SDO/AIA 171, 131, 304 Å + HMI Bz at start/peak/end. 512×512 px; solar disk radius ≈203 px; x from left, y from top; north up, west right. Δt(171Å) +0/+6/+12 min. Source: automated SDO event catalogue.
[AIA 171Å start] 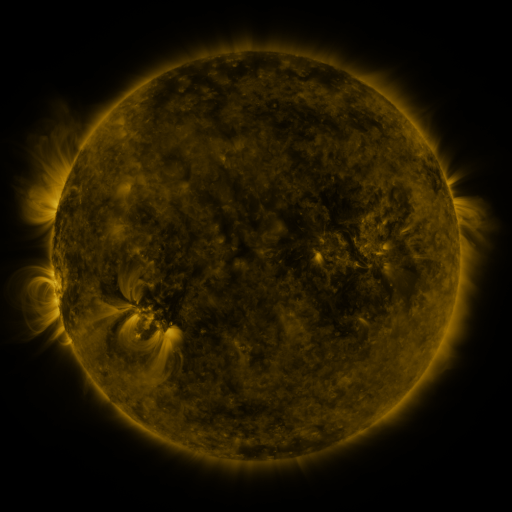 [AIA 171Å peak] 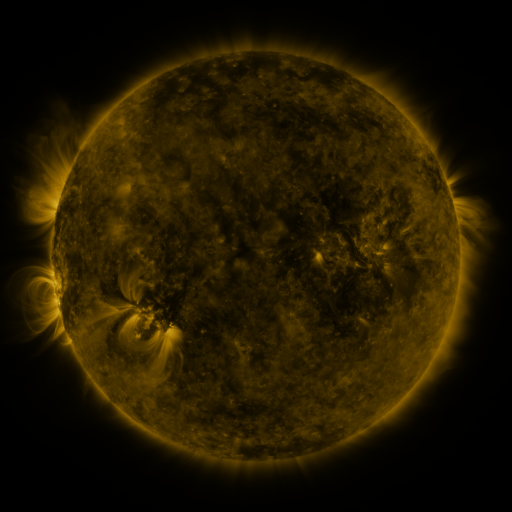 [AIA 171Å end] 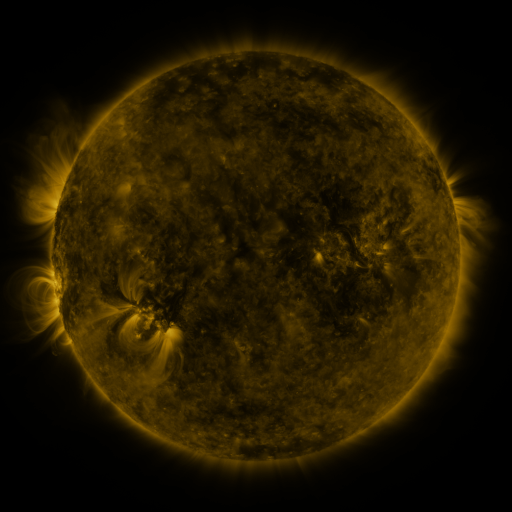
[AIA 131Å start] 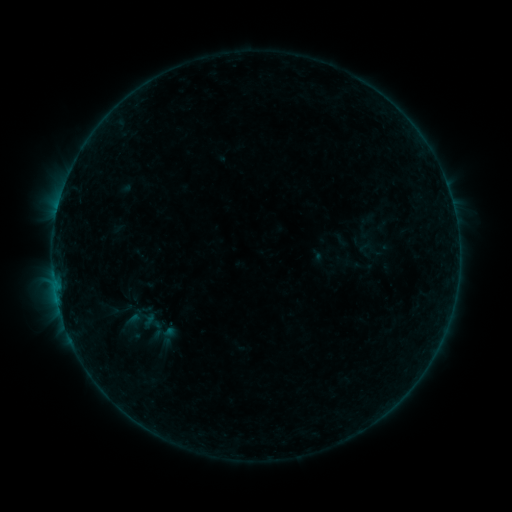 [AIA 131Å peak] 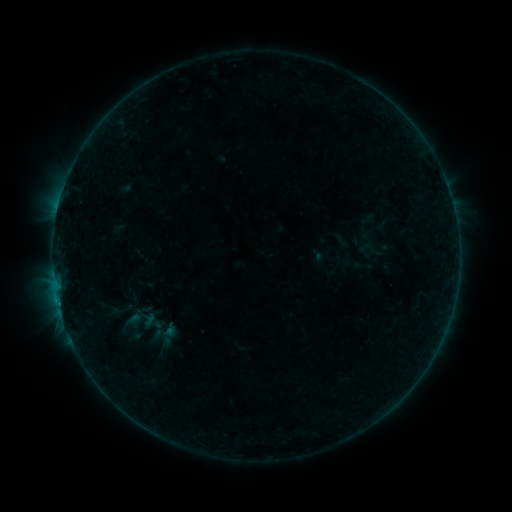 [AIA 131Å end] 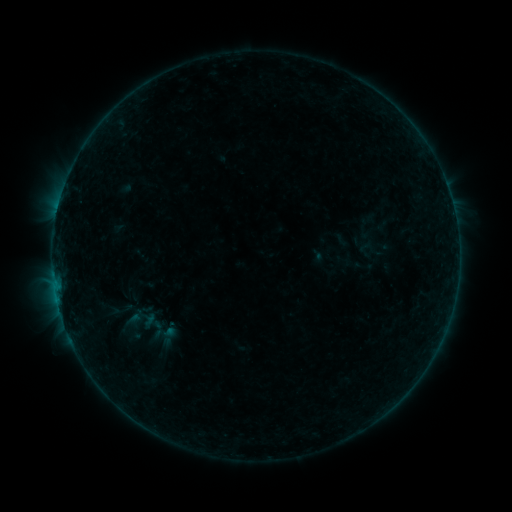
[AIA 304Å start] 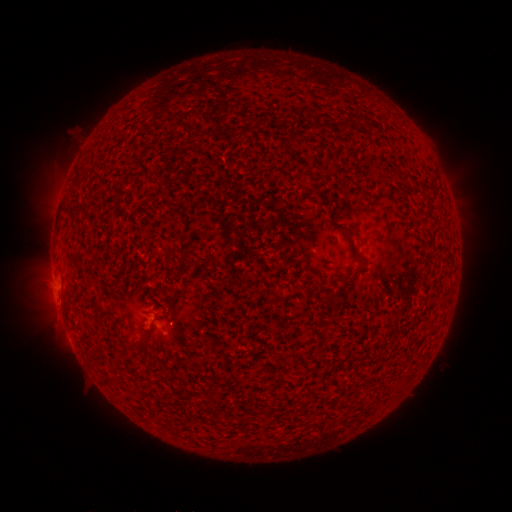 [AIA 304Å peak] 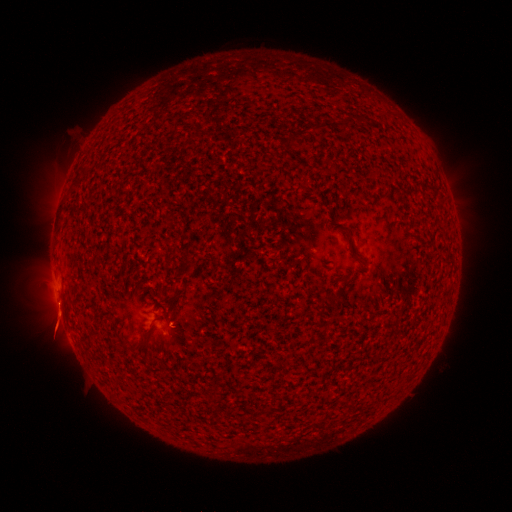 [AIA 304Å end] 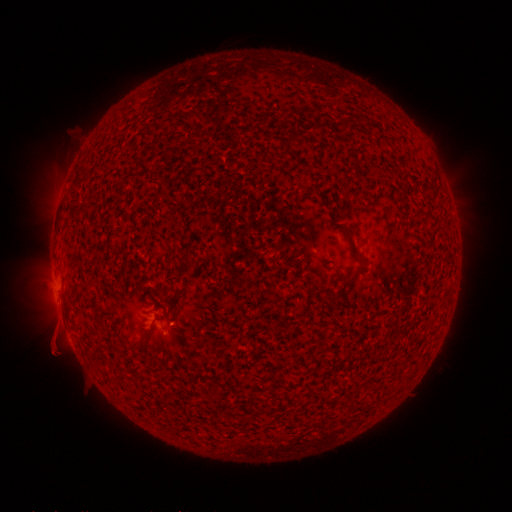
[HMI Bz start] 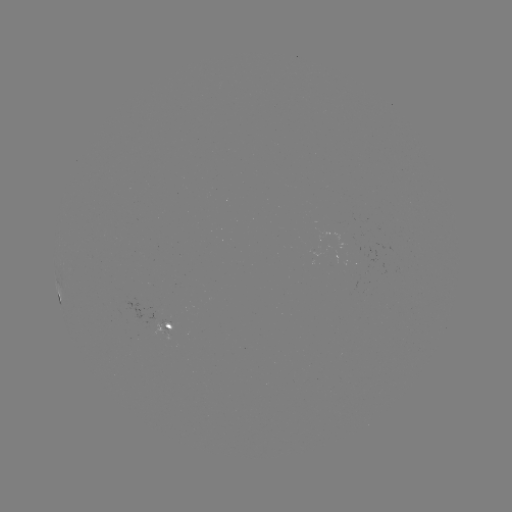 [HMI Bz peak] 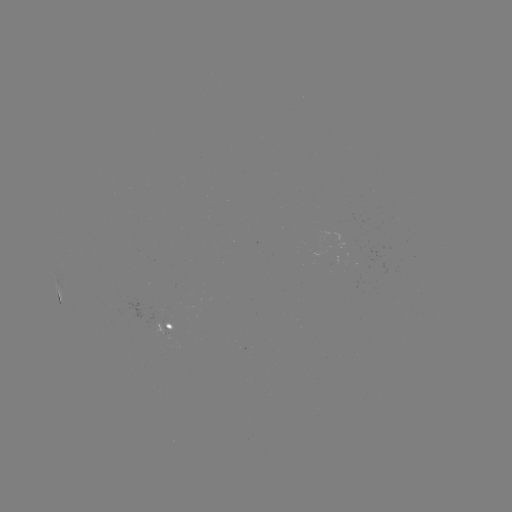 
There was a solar flare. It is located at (59, 304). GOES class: B2.8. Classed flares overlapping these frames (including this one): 1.